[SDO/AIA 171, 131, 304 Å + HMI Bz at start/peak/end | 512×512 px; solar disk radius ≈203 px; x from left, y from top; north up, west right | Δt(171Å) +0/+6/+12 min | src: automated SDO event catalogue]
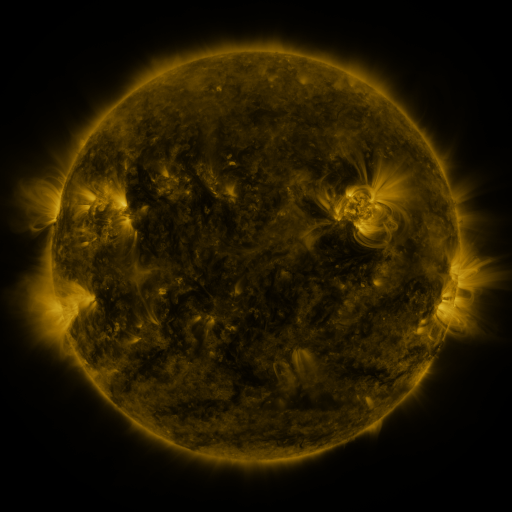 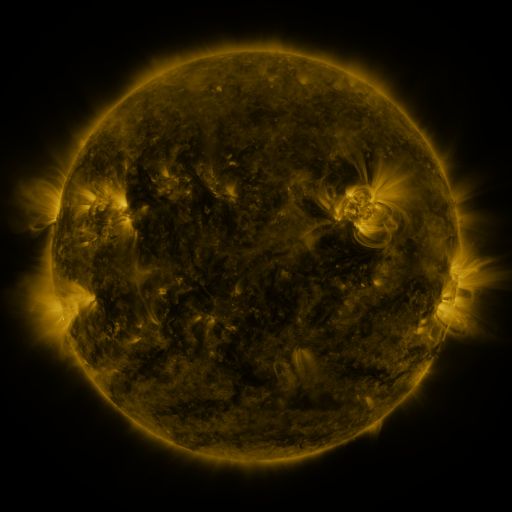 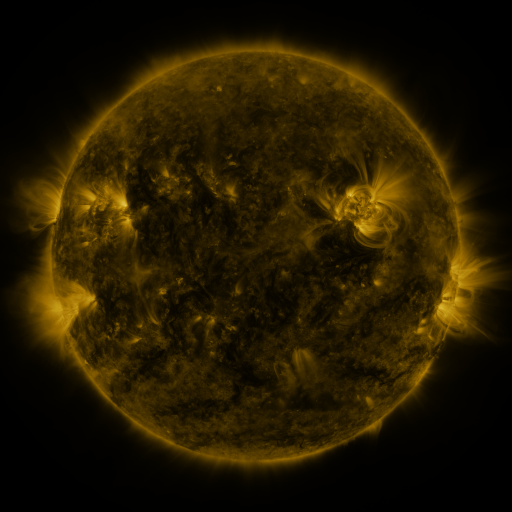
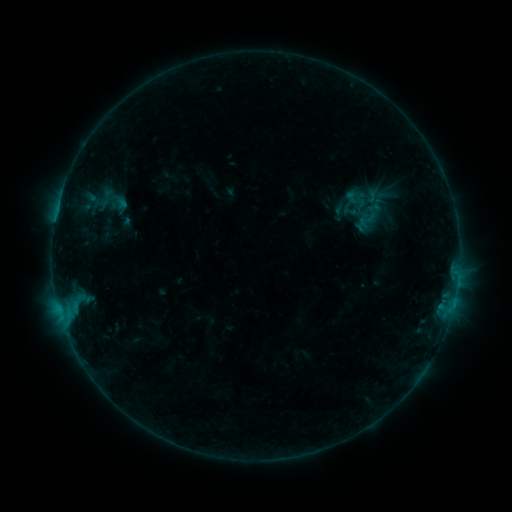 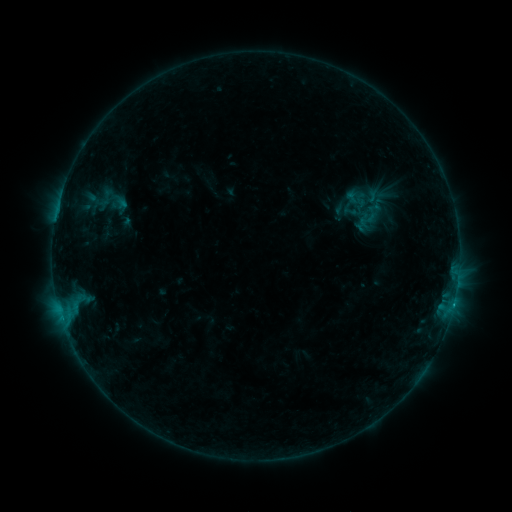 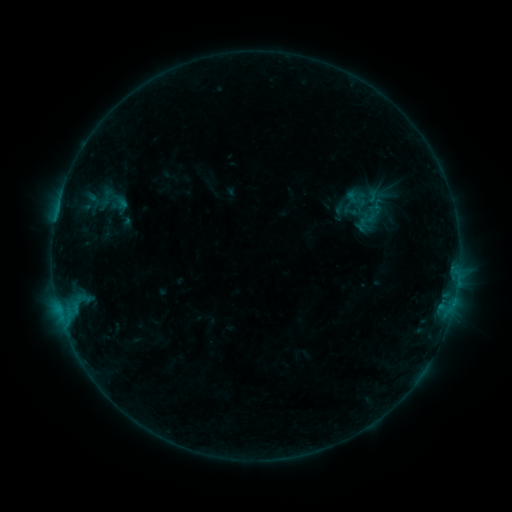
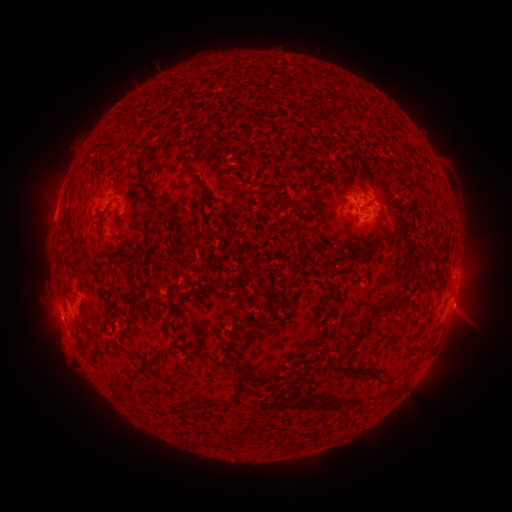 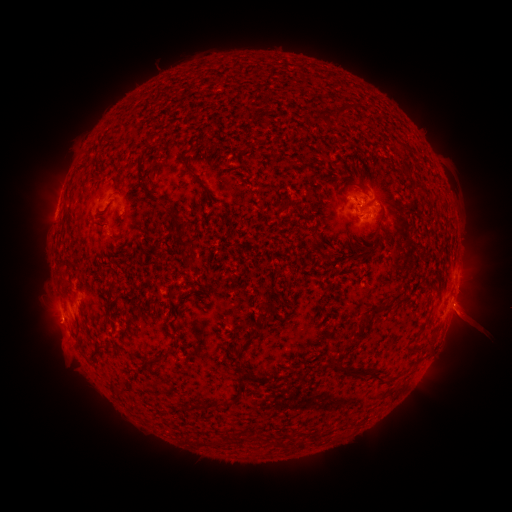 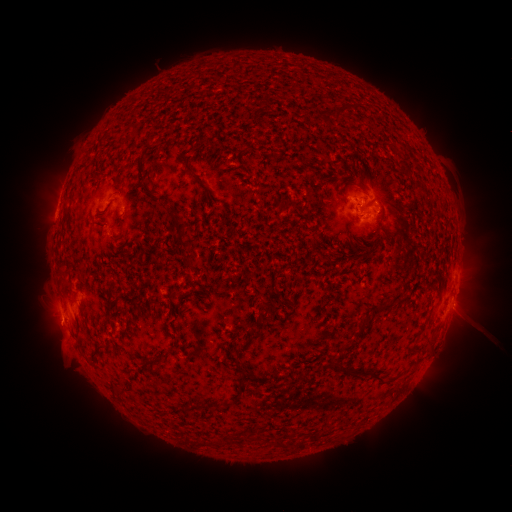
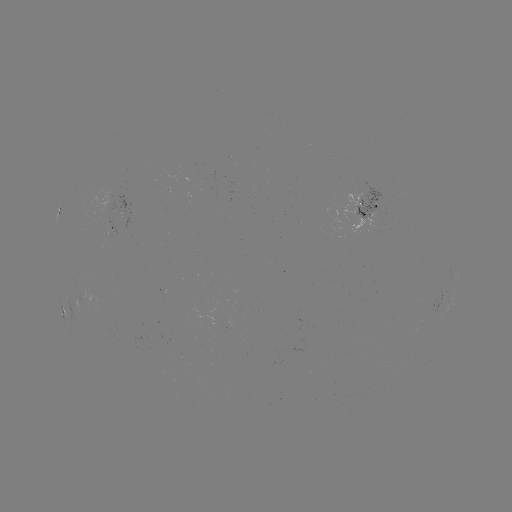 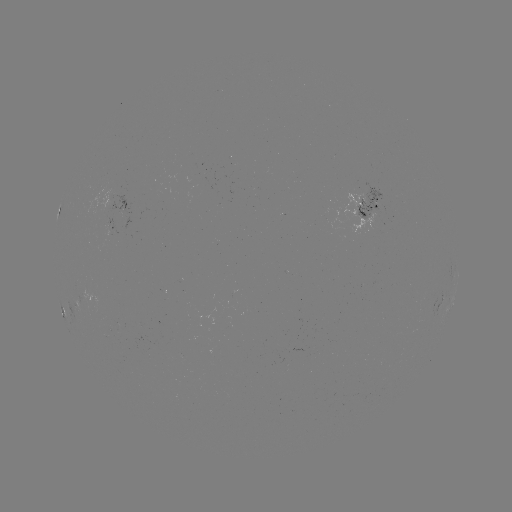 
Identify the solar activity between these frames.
B4.4 flare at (453, 304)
